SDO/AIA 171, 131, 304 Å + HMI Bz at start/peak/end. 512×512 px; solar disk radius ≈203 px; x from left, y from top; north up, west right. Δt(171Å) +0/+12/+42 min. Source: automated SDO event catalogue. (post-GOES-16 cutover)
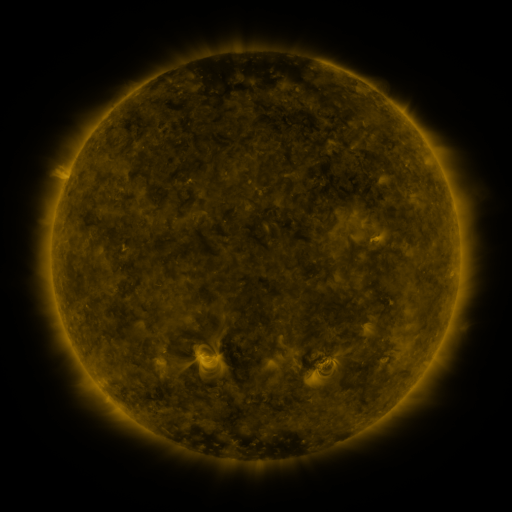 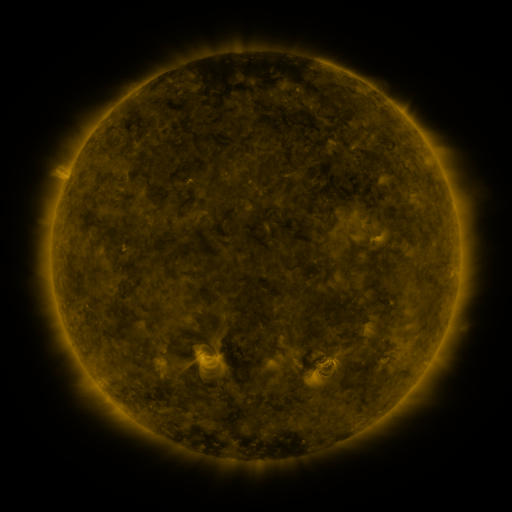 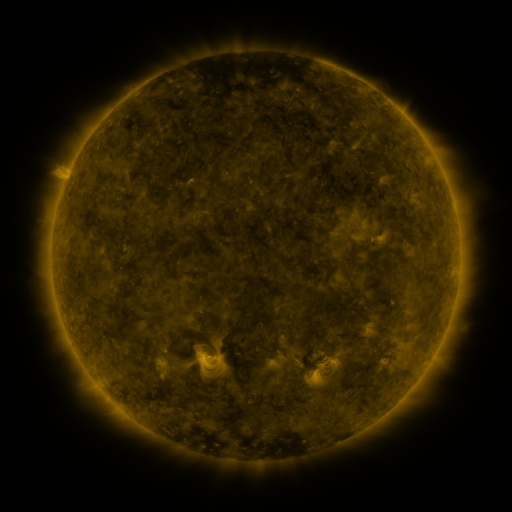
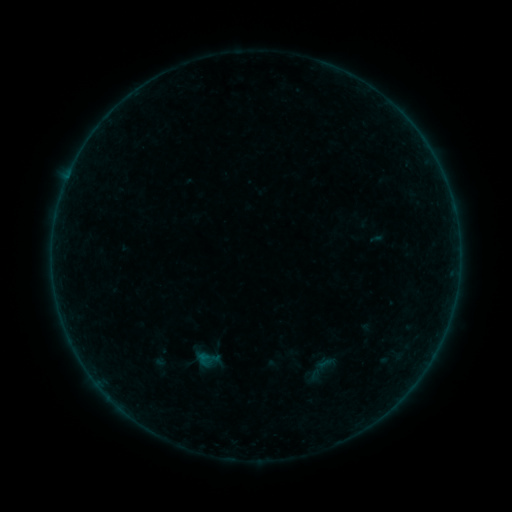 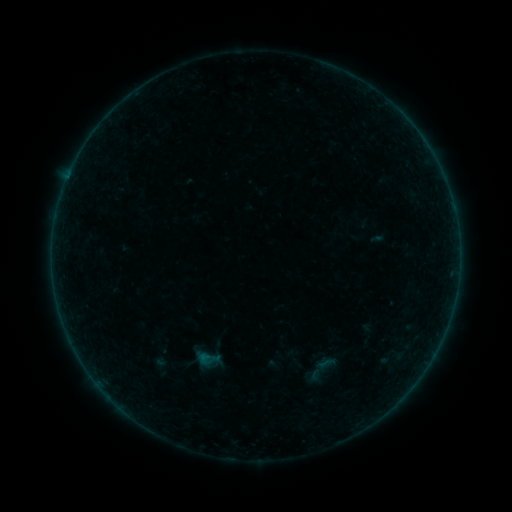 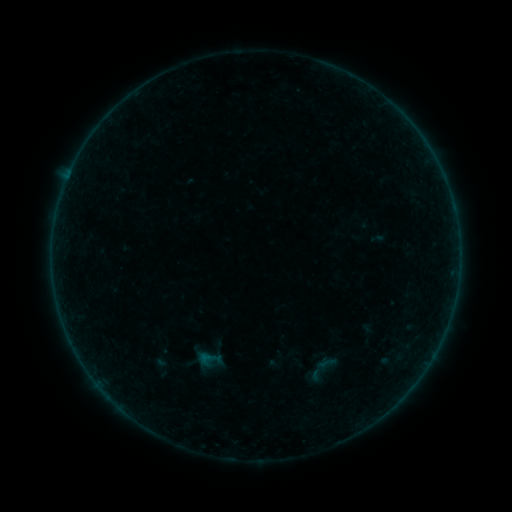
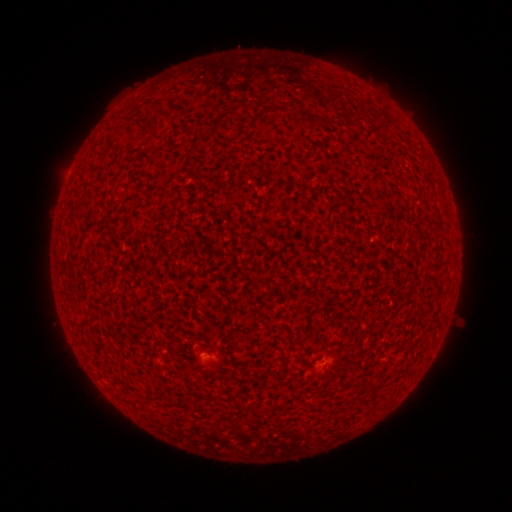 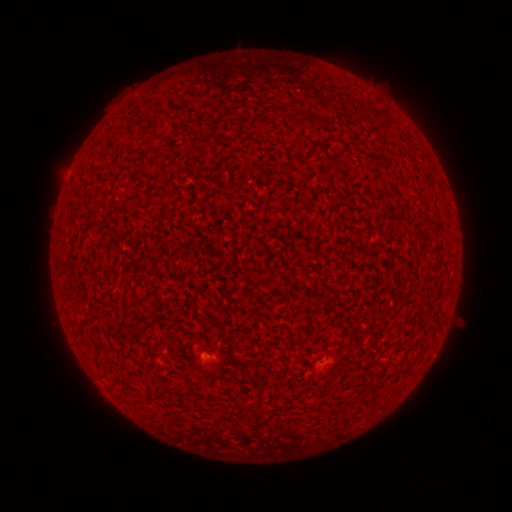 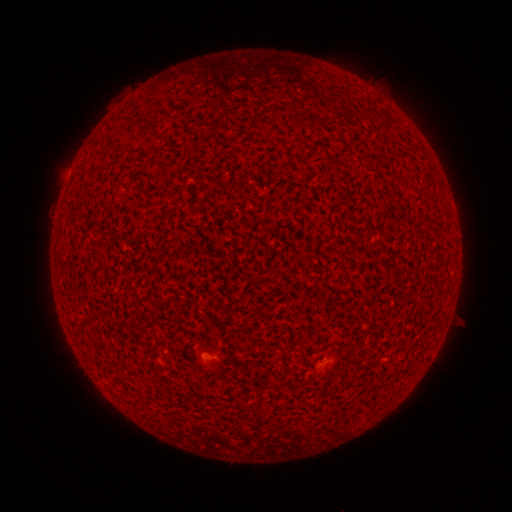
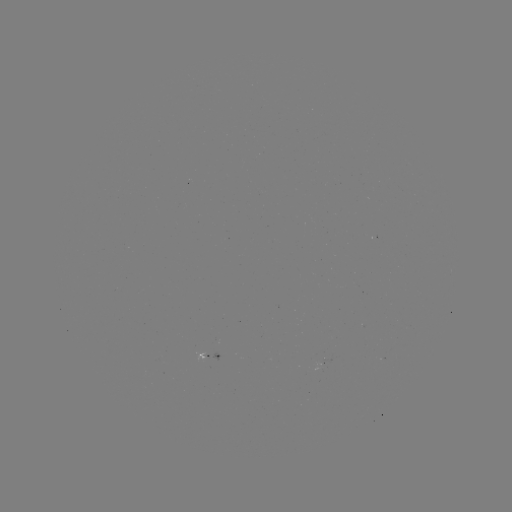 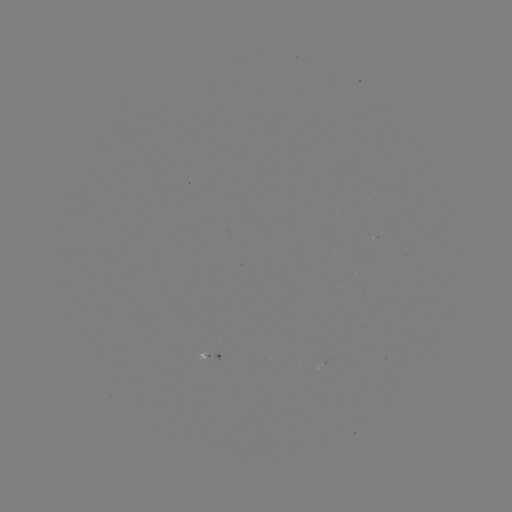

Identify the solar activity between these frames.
A3.1 flare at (207, 357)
